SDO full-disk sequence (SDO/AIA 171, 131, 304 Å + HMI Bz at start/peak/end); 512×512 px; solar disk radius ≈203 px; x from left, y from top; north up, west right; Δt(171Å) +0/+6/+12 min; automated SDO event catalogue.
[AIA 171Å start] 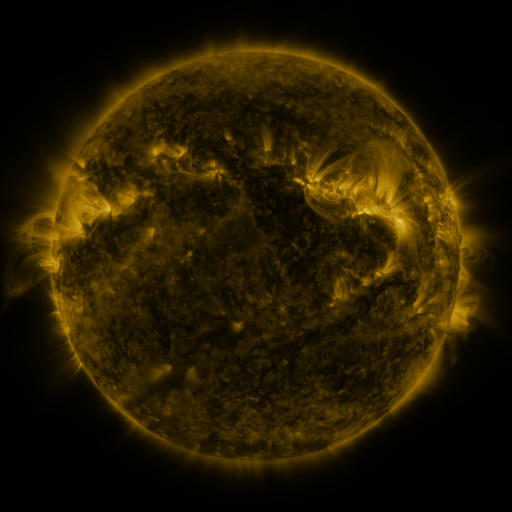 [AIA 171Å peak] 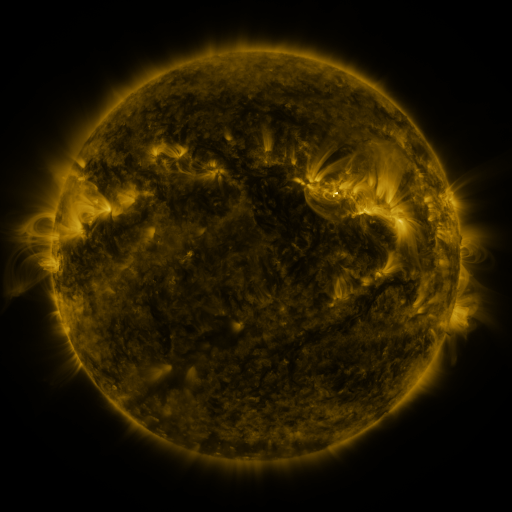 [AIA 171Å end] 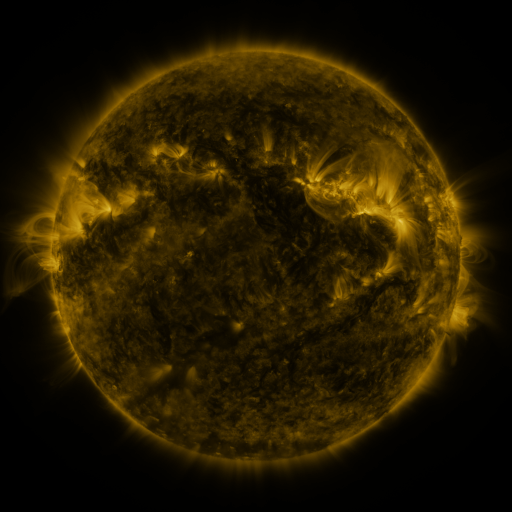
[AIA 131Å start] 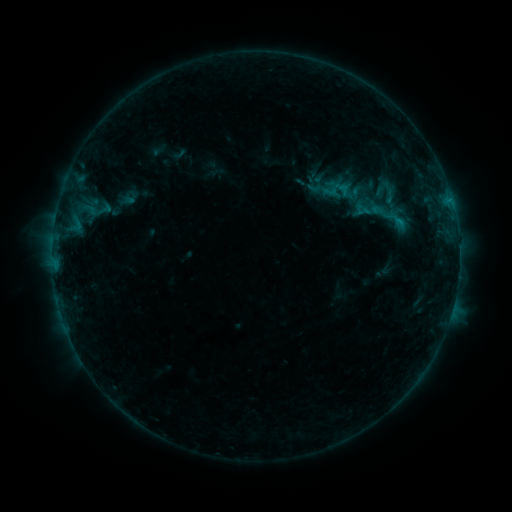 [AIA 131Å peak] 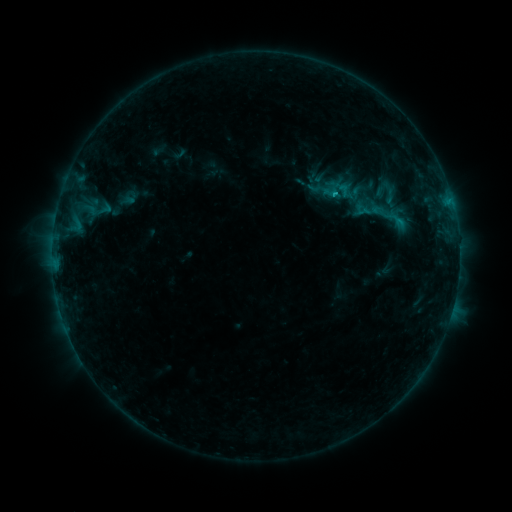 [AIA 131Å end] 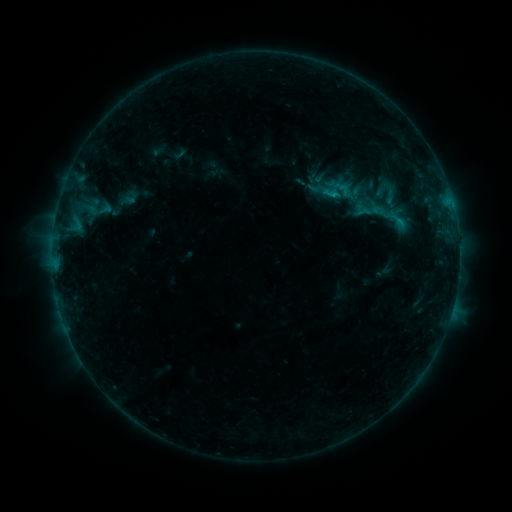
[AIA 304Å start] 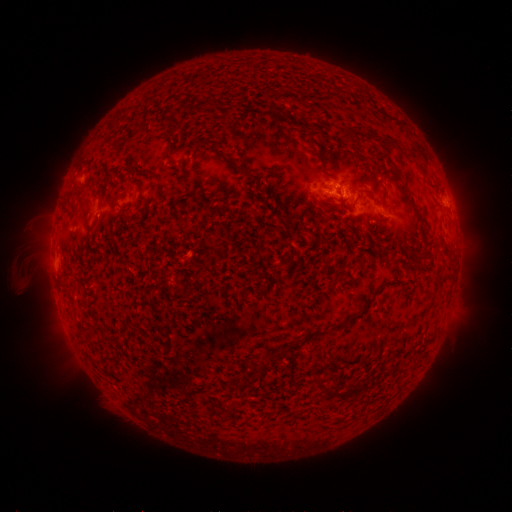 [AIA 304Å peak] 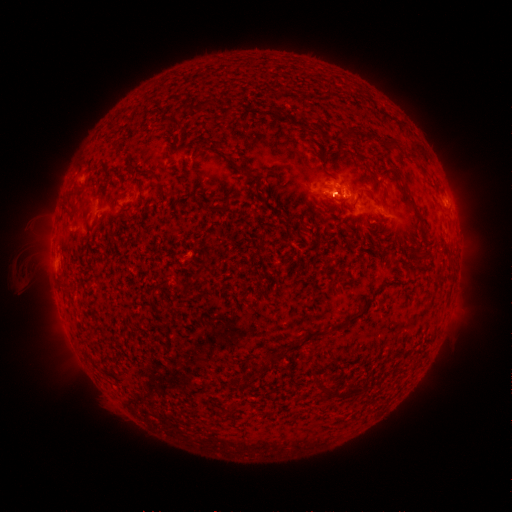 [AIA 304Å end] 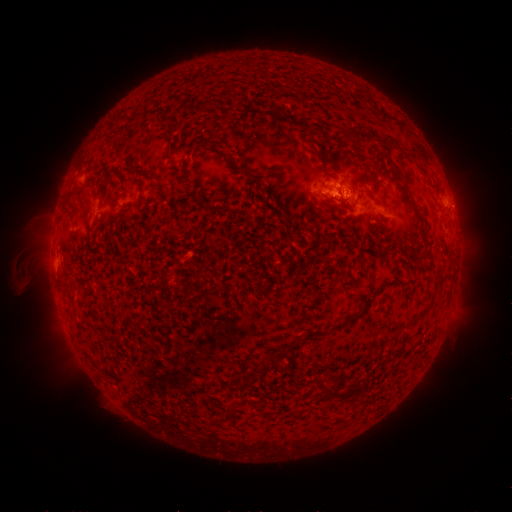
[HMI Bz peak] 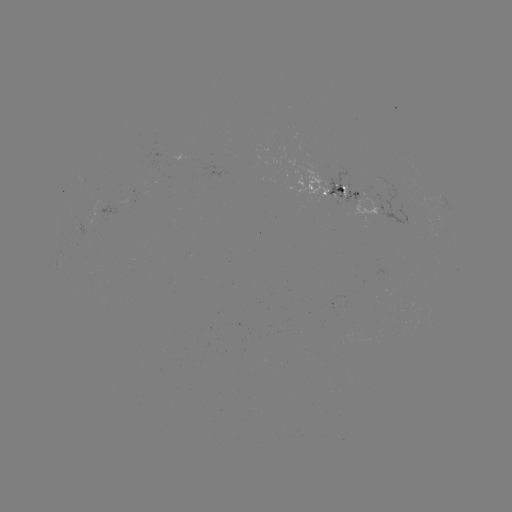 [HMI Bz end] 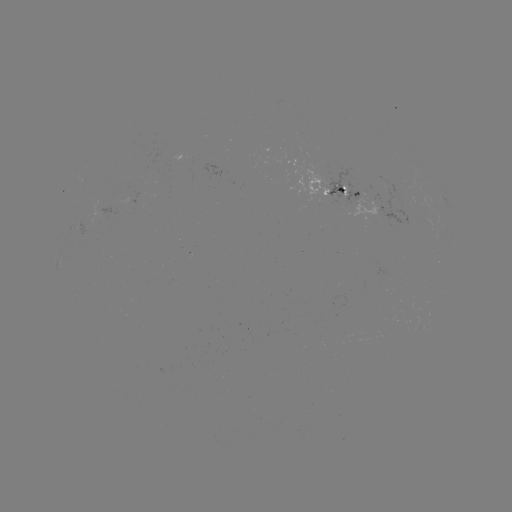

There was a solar flare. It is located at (334, 195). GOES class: B6.6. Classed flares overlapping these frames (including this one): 1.